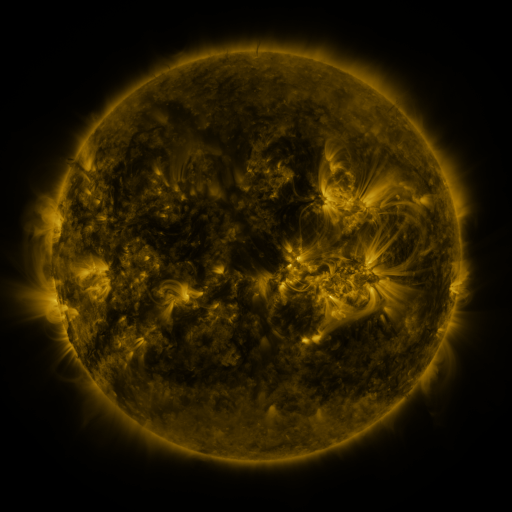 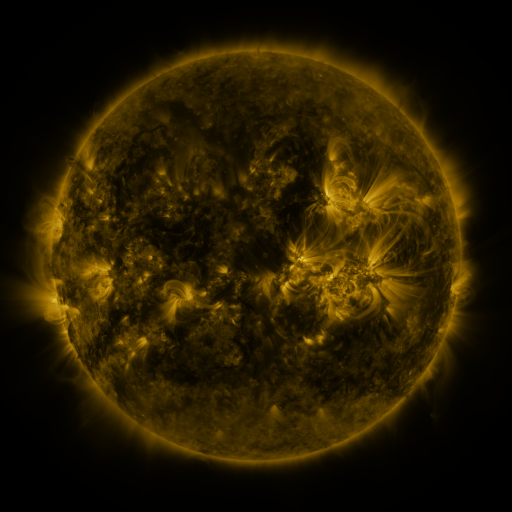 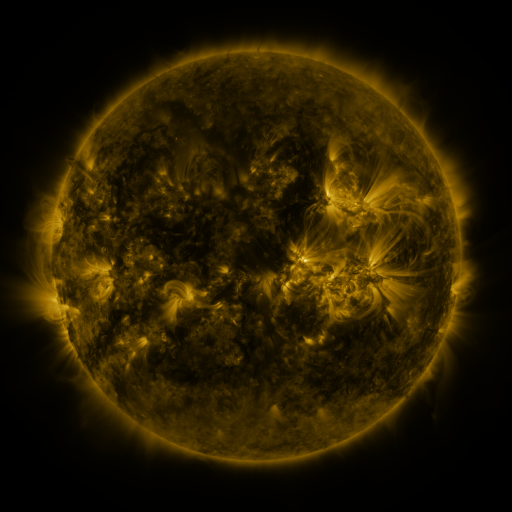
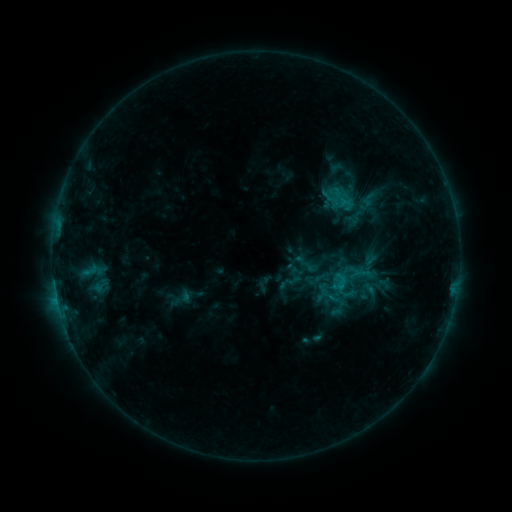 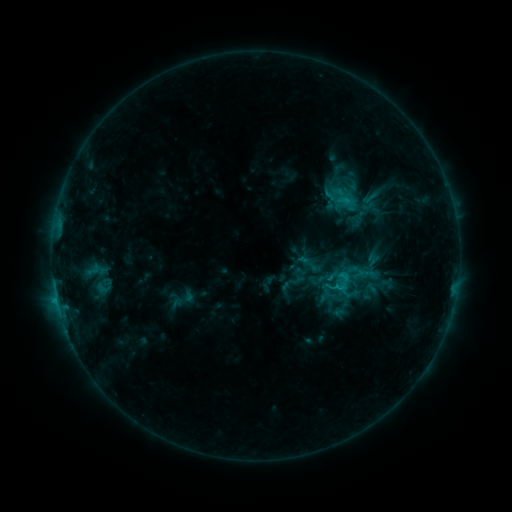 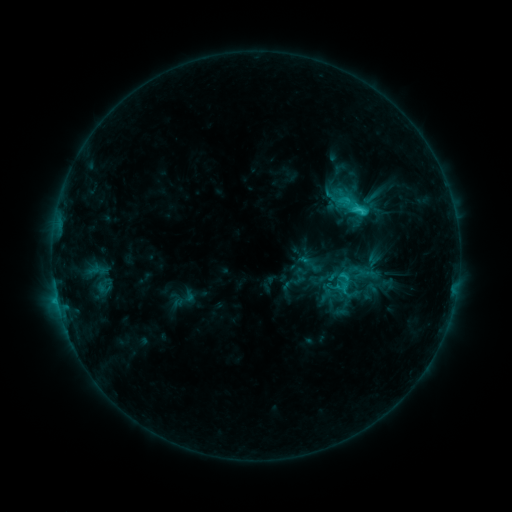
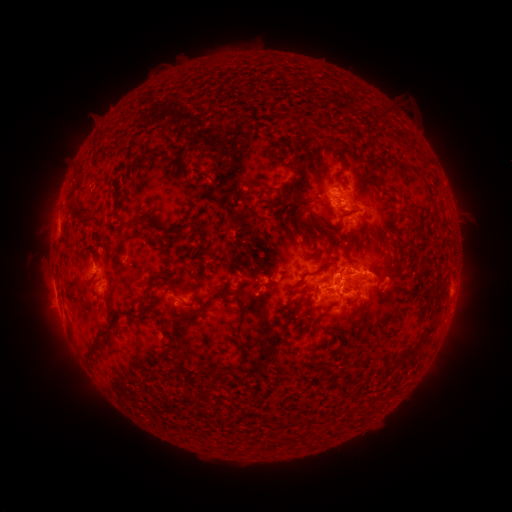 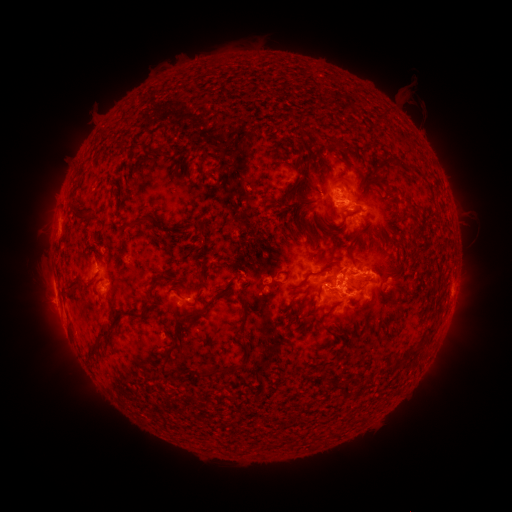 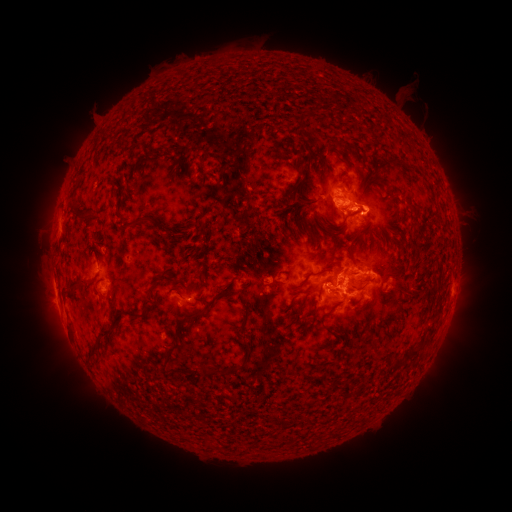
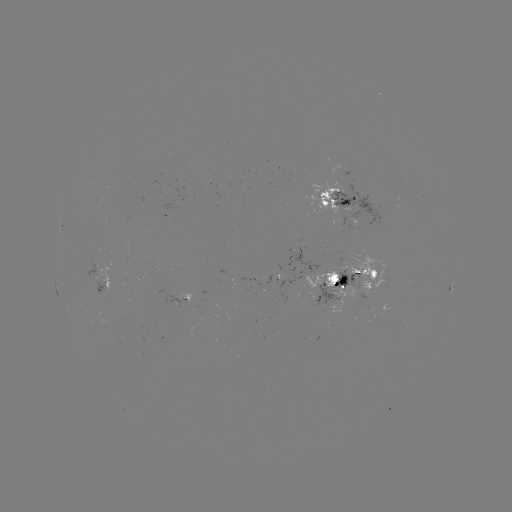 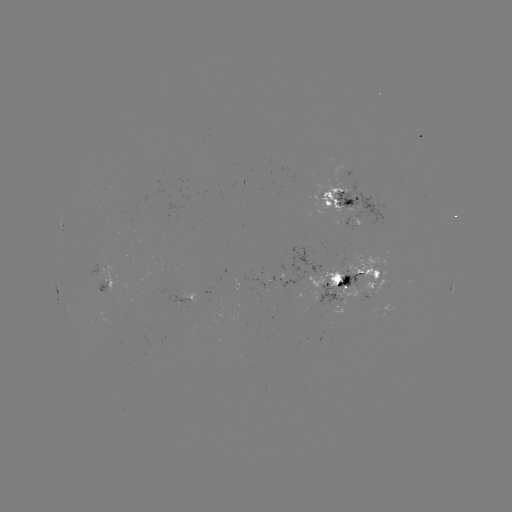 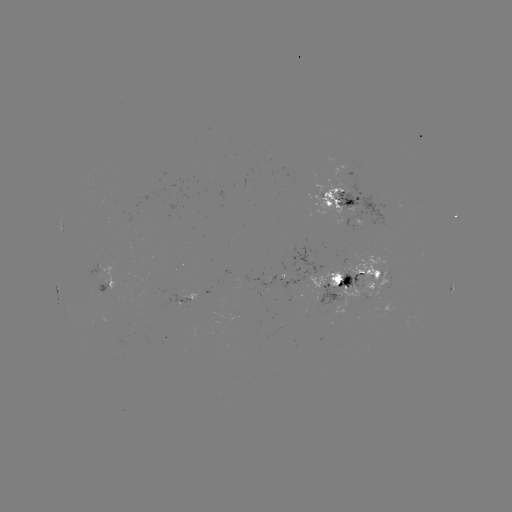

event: emerging-flux region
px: (358, 213)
